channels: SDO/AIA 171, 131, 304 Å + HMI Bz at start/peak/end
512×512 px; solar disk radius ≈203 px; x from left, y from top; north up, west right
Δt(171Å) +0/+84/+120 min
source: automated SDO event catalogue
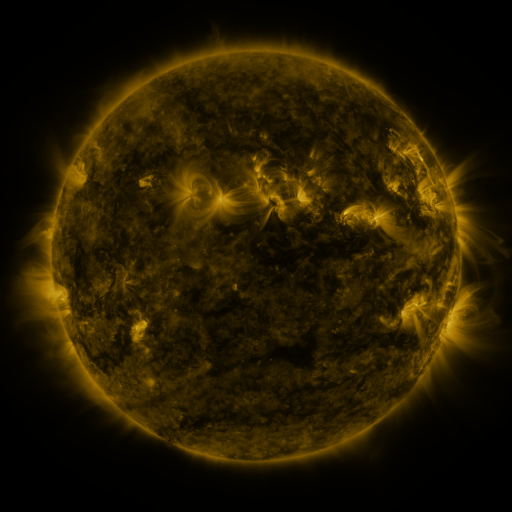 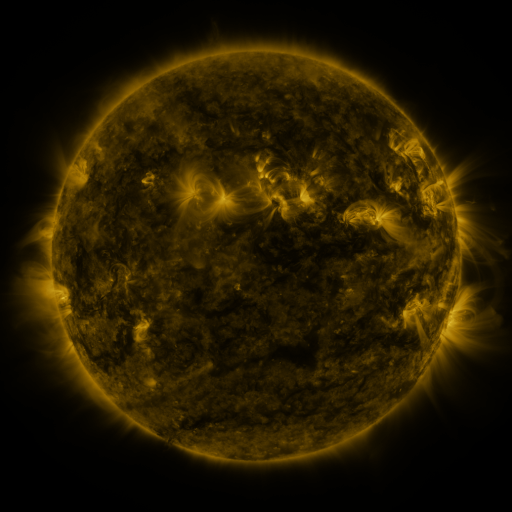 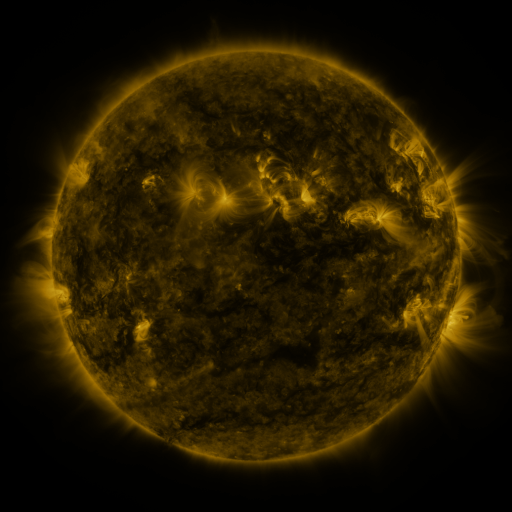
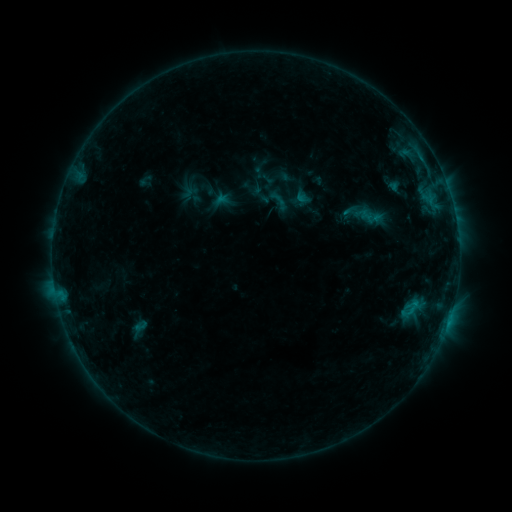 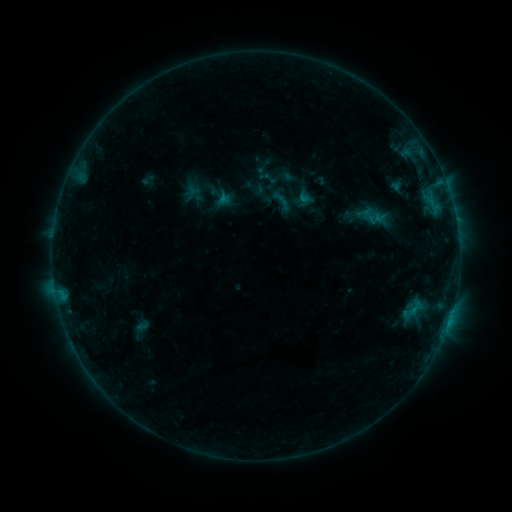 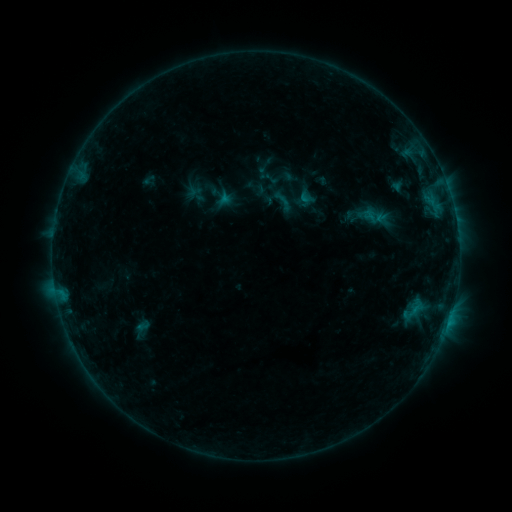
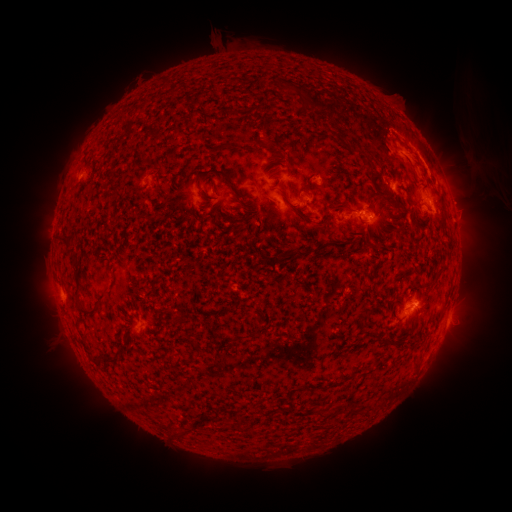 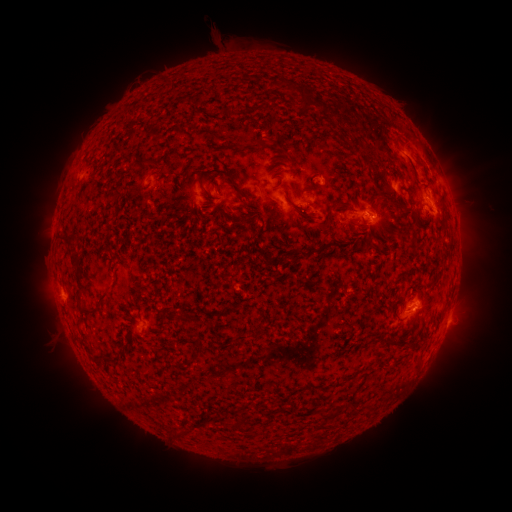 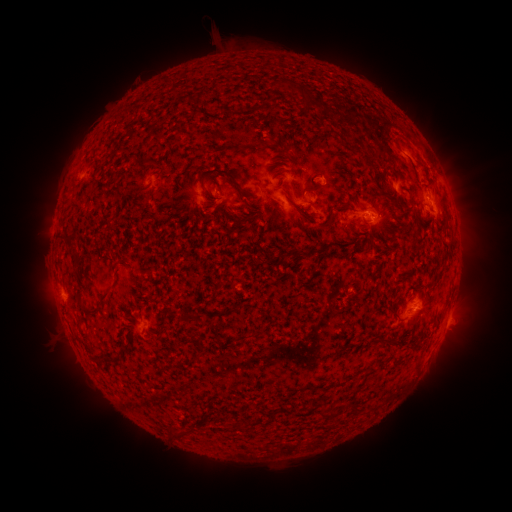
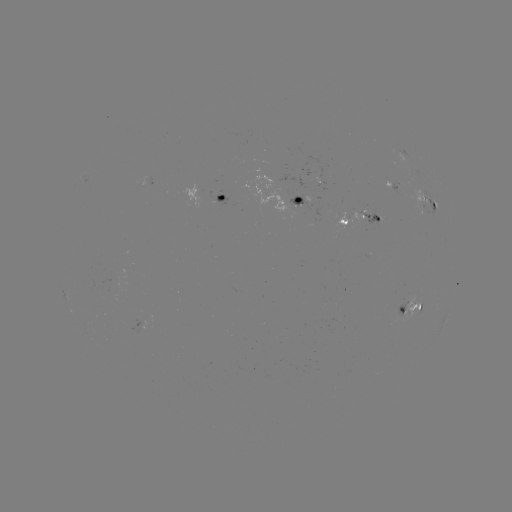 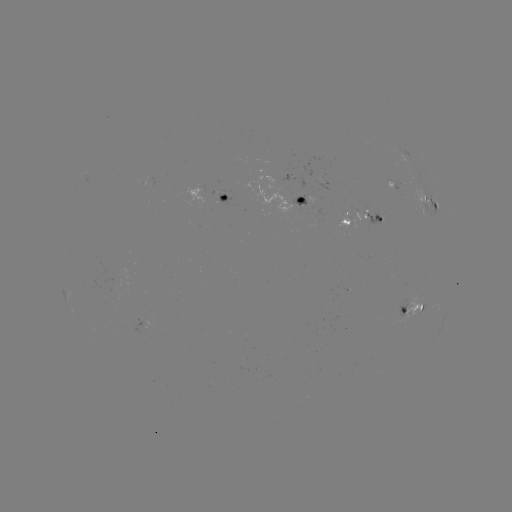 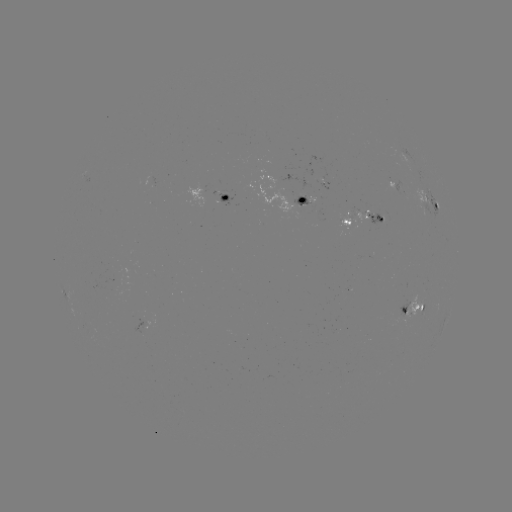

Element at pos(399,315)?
emerging-flux region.